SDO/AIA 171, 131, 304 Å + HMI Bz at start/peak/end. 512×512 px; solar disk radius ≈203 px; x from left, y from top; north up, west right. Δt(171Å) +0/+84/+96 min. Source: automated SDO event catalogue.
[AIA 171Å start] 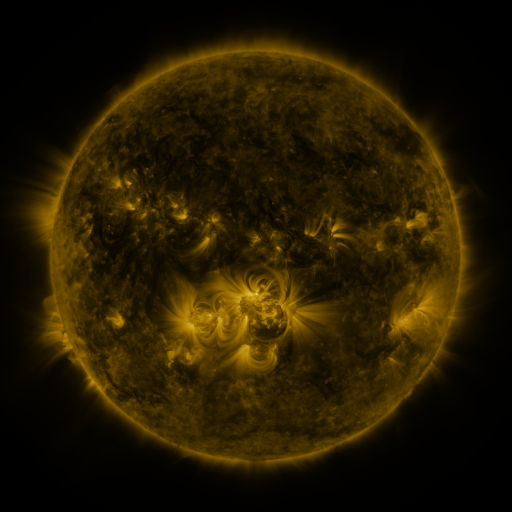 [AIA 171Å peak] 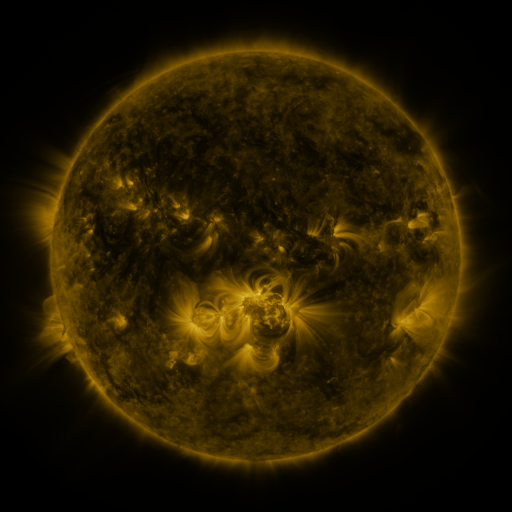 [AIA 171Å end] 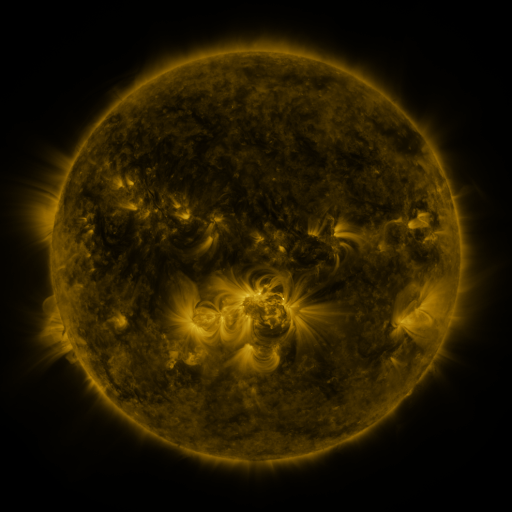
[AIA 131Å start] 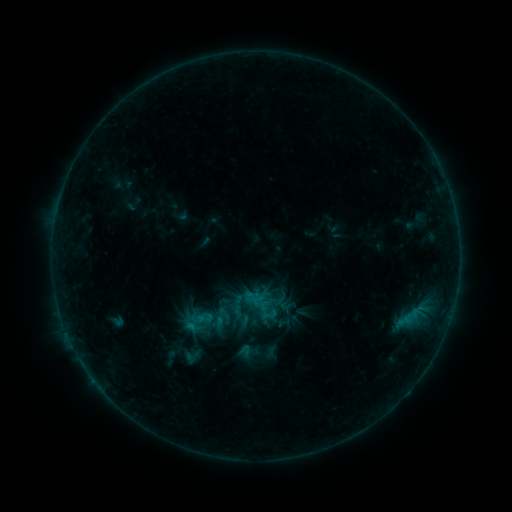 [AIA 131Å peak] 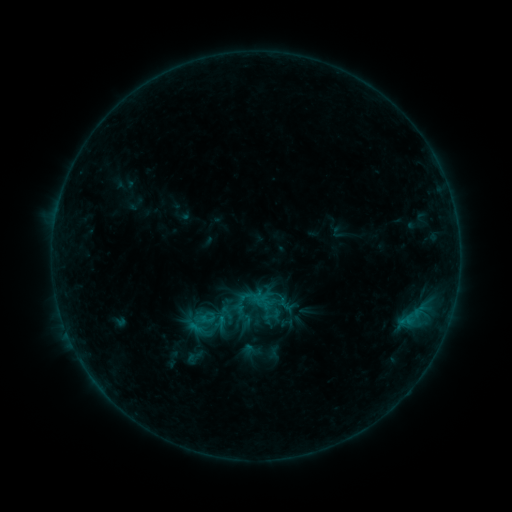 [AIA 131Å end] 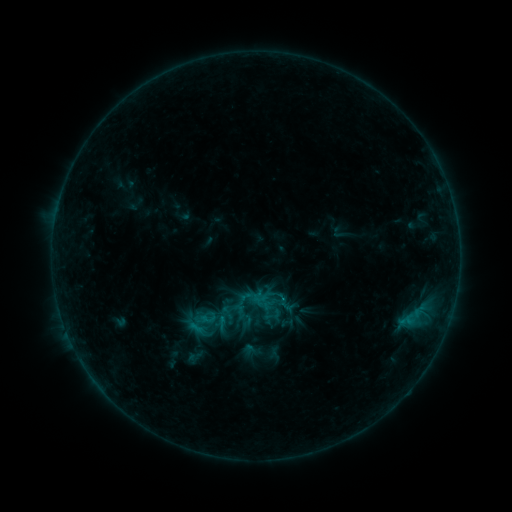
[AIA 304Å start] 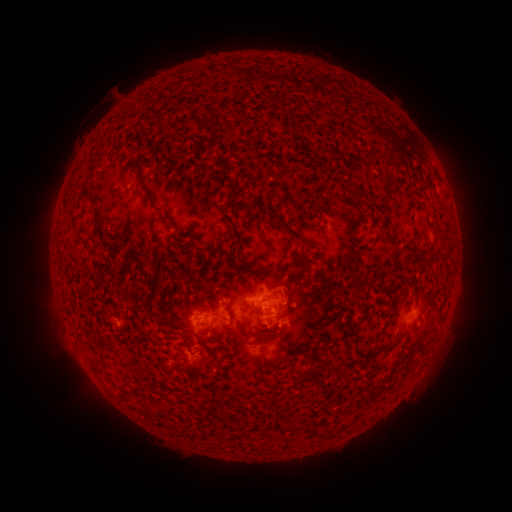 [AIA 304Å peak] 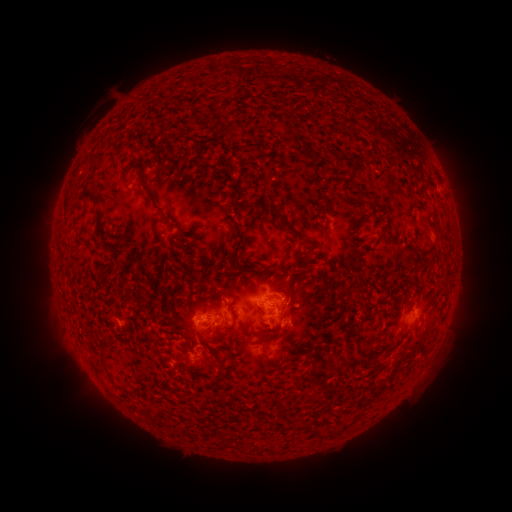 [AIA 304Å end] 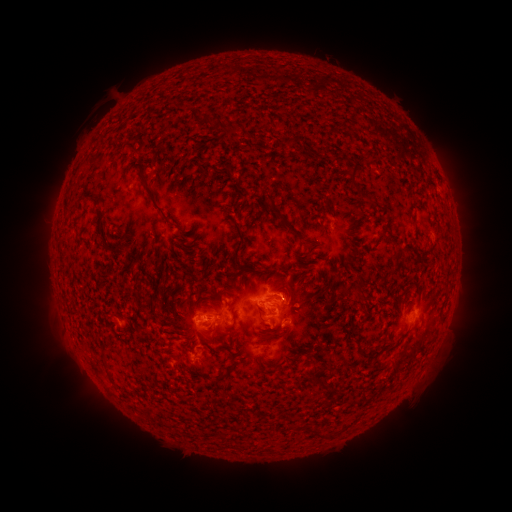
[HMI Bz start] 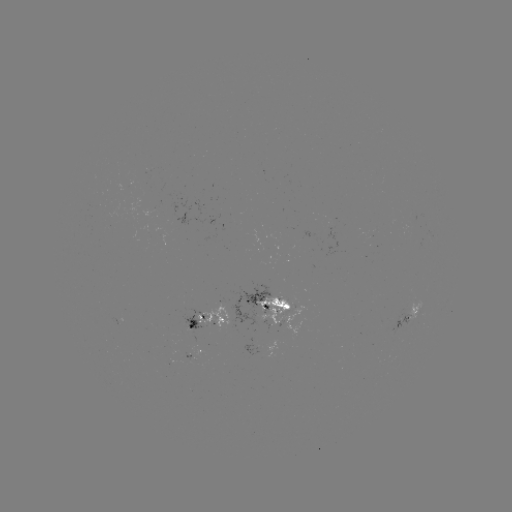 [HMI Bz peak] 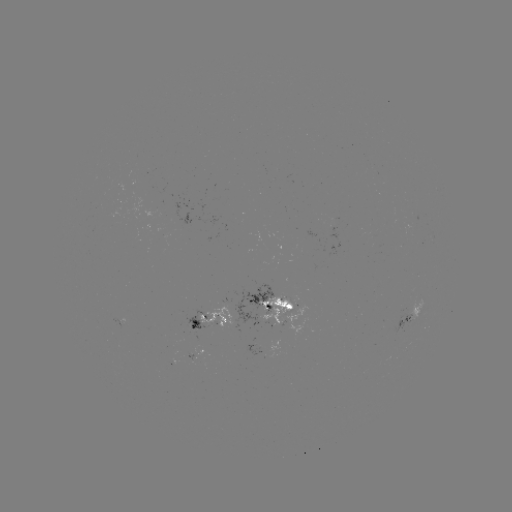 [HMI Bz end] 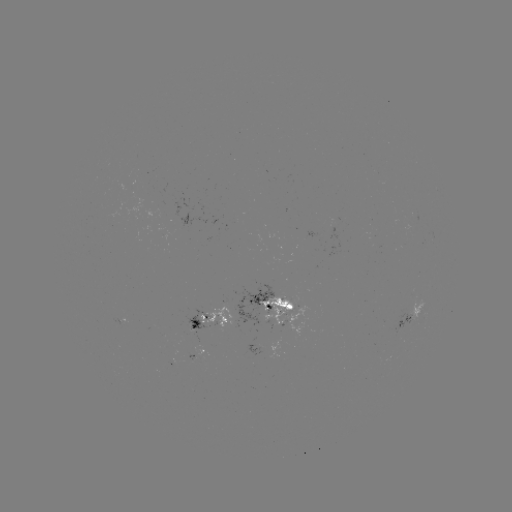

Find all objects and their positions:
emerging-flux region: (410, 309)
